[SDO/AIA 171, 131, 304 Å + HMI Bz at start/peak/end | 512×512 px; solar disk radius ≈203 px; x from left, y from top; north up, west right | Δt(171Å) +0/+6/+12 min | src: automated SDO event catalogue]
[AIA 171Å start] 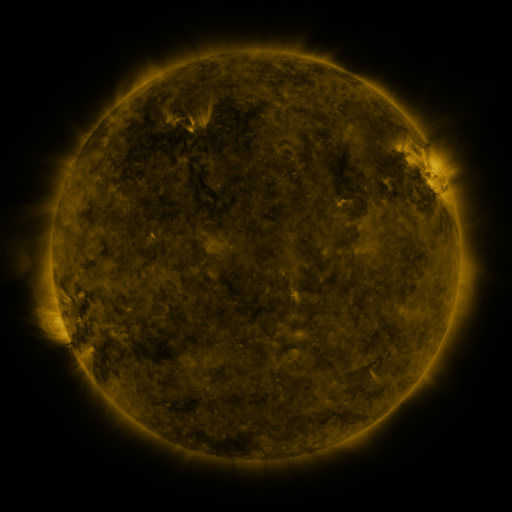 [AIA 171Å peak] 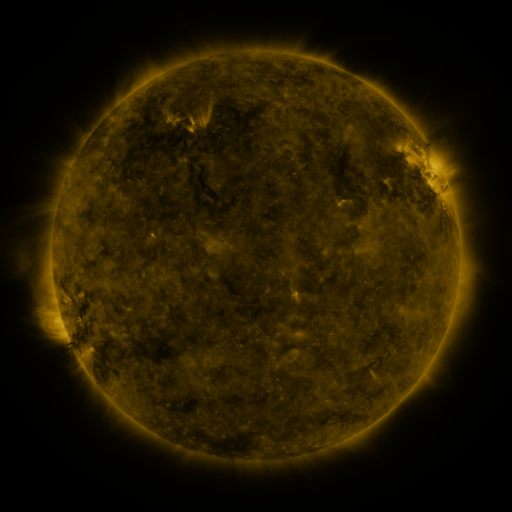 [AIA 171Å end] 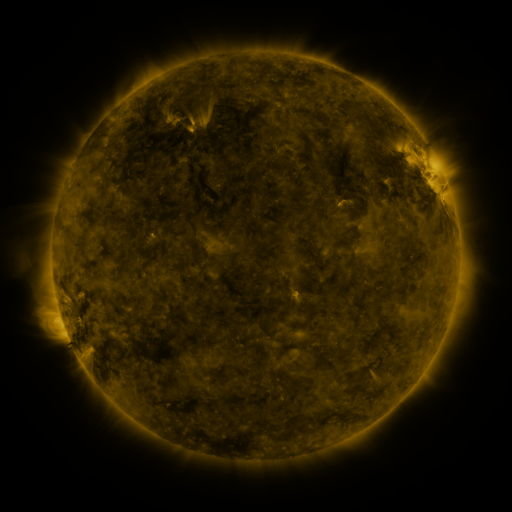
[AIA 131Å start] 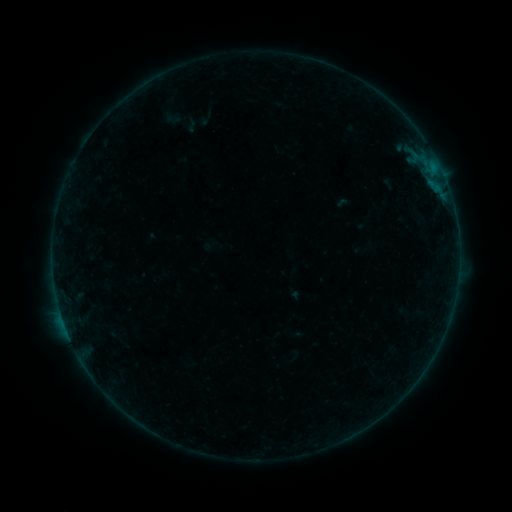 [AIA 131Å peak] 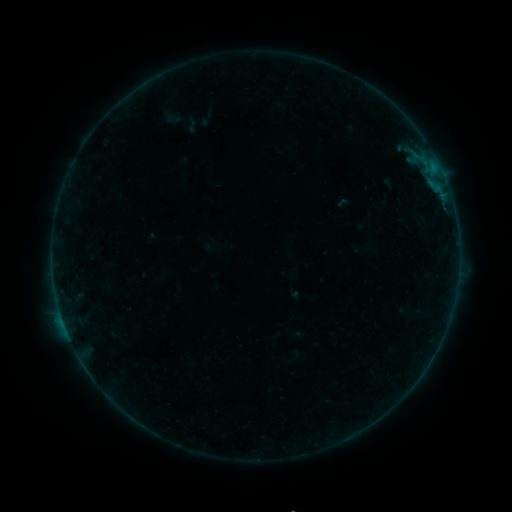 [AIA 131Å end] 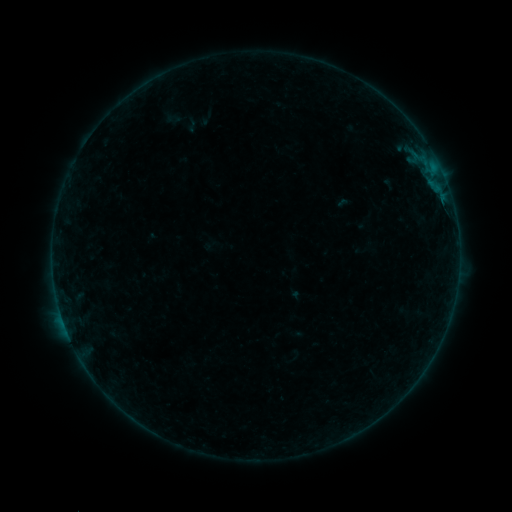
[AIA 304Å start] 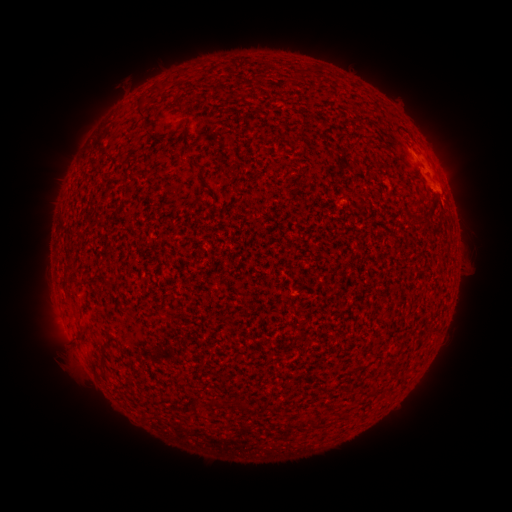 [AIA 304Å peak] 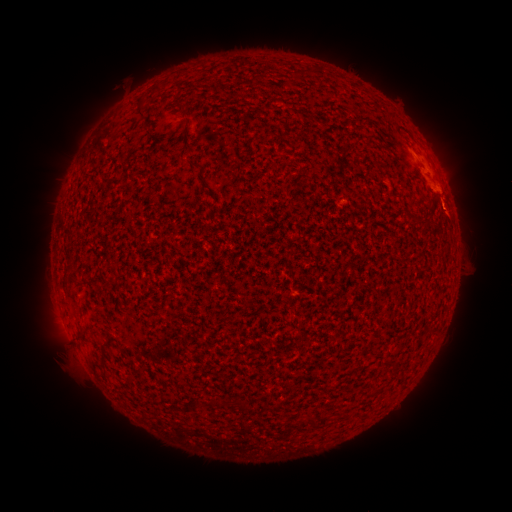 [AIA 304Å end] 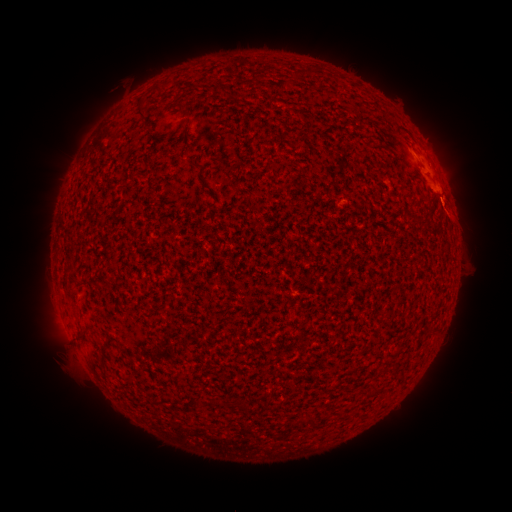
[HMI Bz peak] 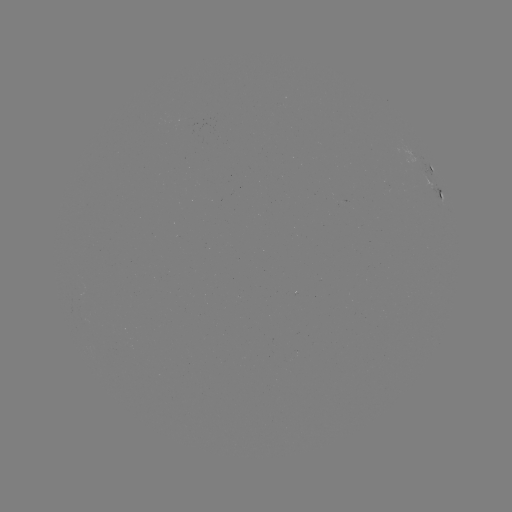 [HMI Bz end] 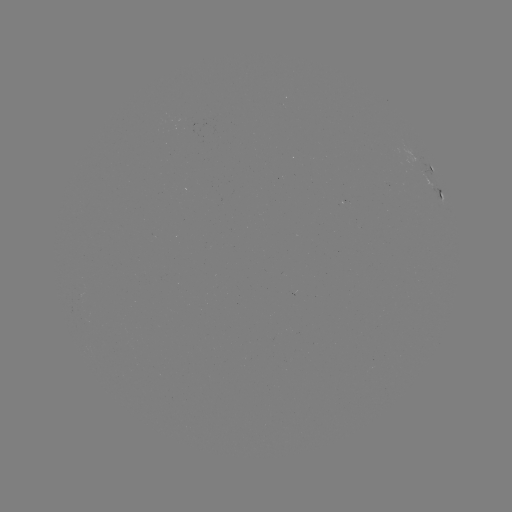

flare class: A9.5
